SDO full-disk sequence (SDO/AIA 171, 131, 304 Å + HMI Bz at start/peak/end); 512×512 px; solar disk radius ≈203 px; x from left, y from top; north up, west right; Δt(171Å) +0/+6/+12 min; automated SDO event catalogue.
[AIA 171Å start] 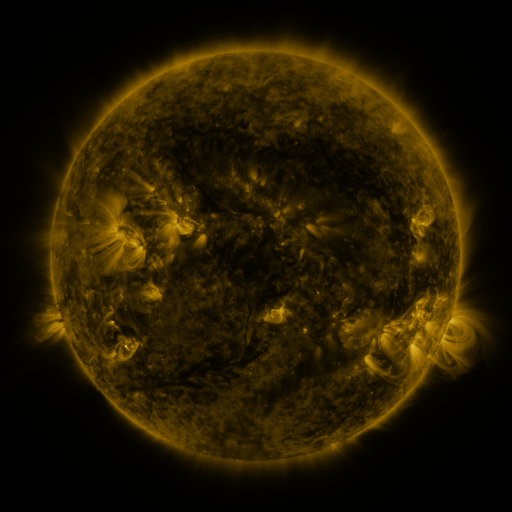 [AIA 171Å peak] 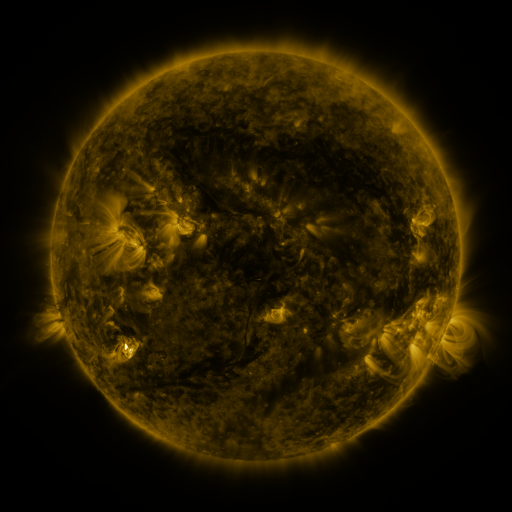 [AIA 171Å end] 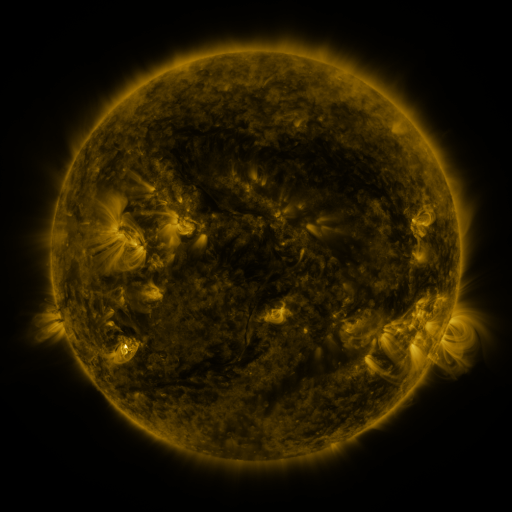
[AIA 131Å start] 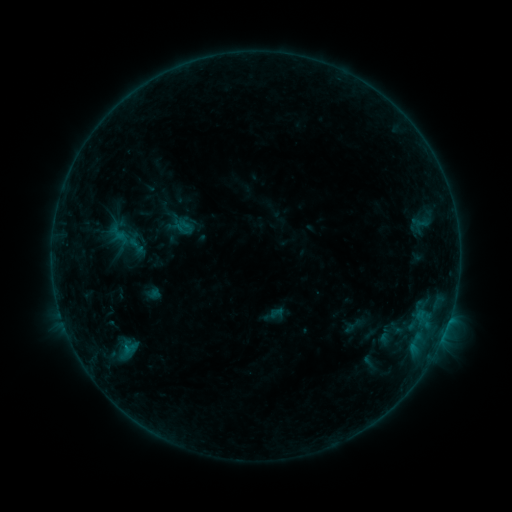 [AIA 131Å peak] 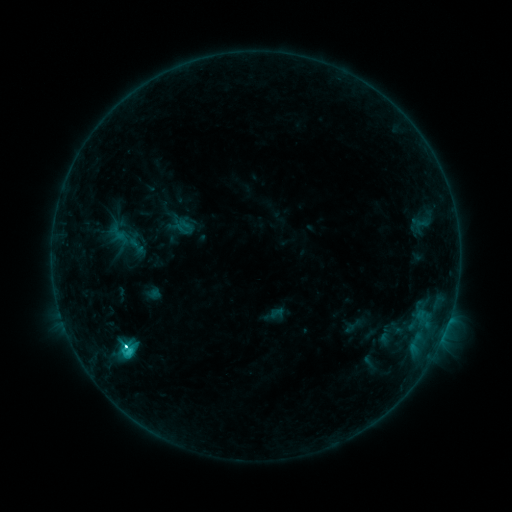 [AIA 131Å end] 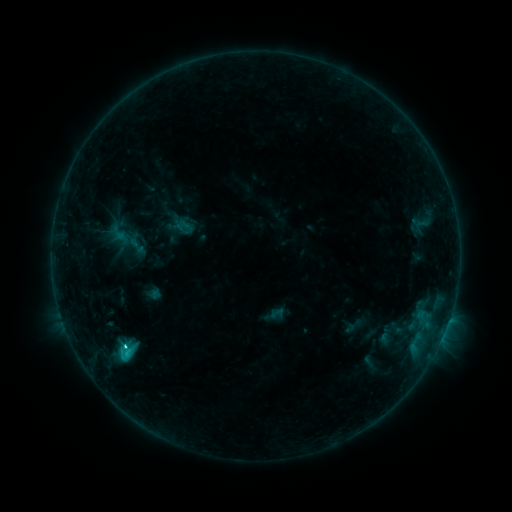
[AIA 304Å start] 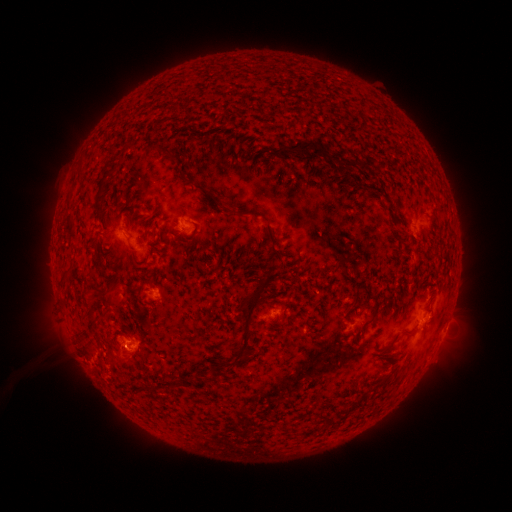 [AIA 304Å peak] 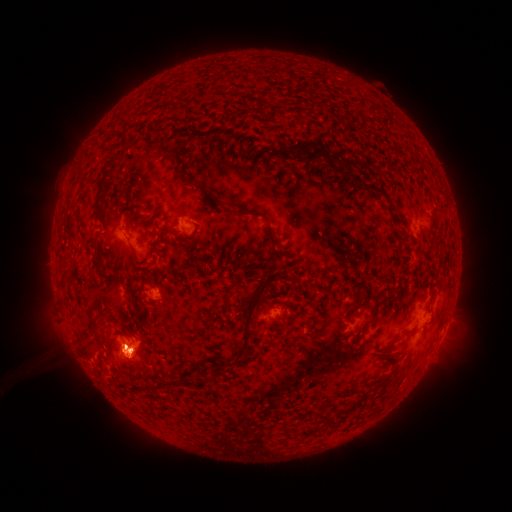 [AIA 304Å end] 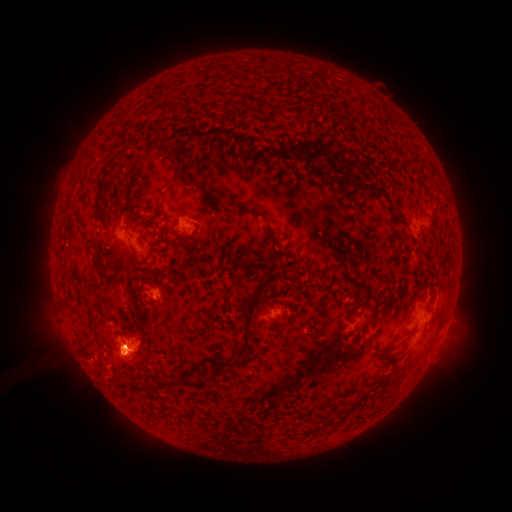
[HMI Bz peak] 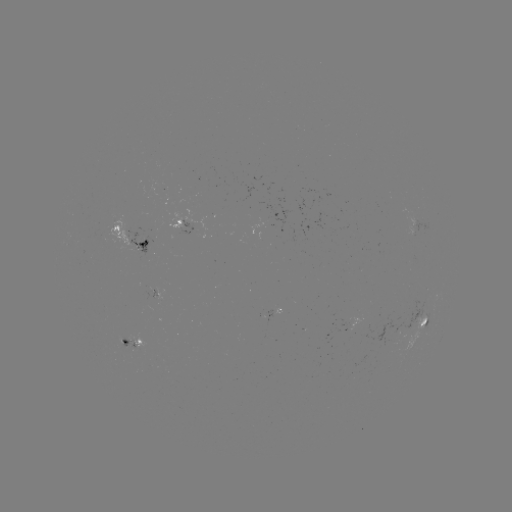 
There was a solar eruption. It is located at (128, 352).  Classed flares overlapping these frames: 1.